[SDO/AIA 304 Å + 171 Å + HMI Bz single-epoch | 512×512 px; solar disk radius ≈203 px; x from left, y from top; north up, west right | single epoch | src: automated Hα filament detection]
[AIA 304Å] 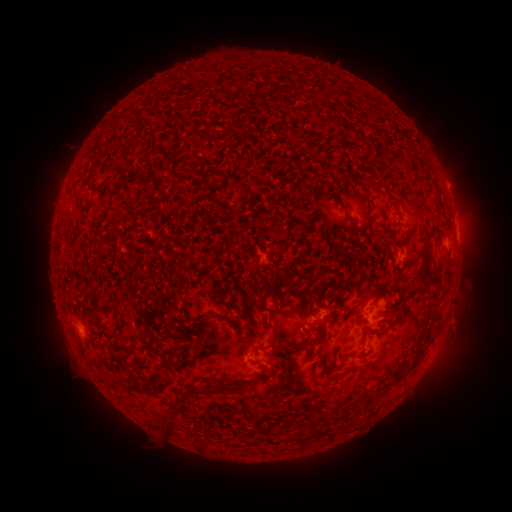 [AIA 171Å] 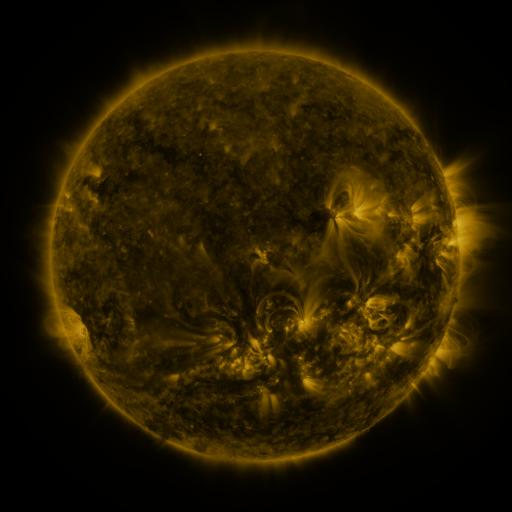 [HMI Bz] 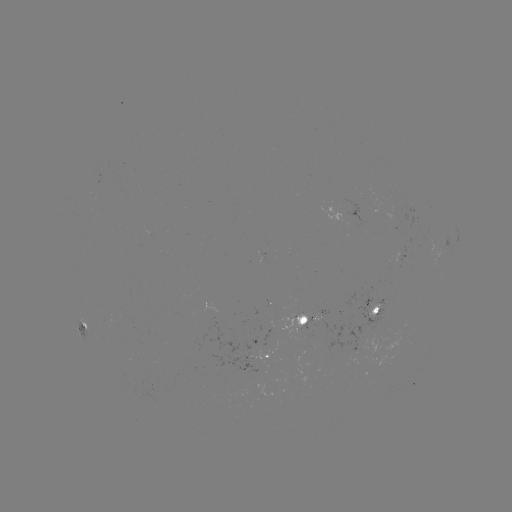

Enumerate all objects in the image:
filament: [144, 139, 153, 147]
filament: [346, 216, 354, 225]
filament: [418, 235, 431, 283]
filament: [272, 291, 285, 303]
filament: [184, 302, 193, 315]
filament: [371, 307, 379, 318]
filament: [100, 322, 123, 347]
filament: [267, 333, 275, 348]
filament: [291, 340, 314, 351]
filament: [335, 353, 349, 359]
filament: [160, 357, 171, 368]
filament: [207, 380, 224, 395]
filament: [189, 381, 198, 394]
filament: [155, 417, 174, 434]
